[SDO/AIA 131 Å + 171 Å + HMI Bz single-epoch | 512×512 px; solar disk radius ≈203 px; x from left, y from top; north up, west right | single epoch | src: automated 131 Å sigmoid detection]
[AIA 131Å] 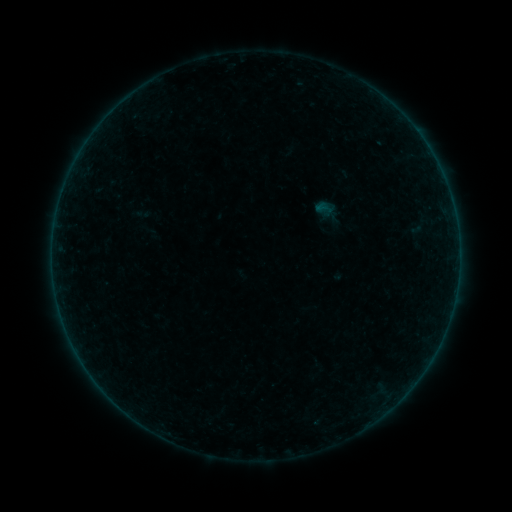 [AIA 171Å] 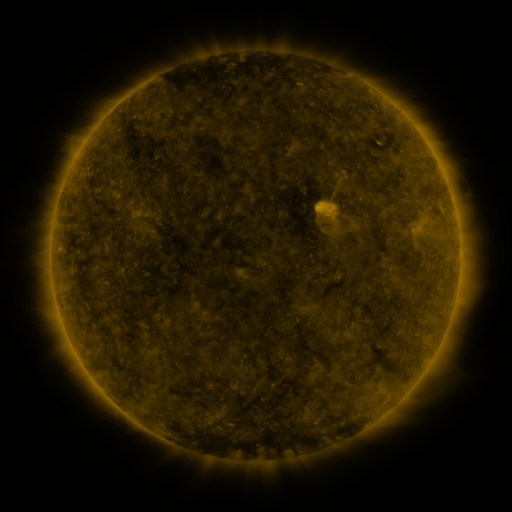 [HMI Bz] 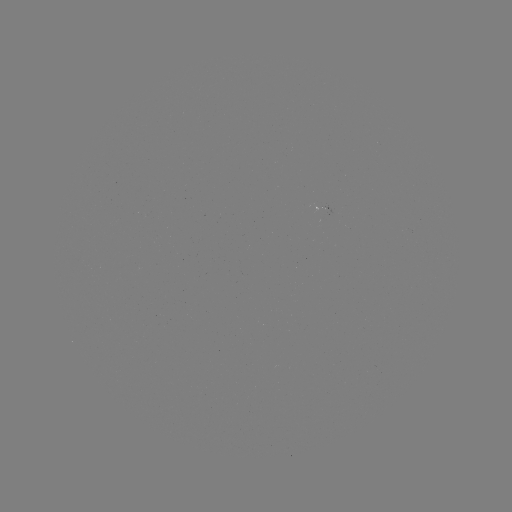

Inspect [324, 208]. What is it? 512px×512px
sigmoid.